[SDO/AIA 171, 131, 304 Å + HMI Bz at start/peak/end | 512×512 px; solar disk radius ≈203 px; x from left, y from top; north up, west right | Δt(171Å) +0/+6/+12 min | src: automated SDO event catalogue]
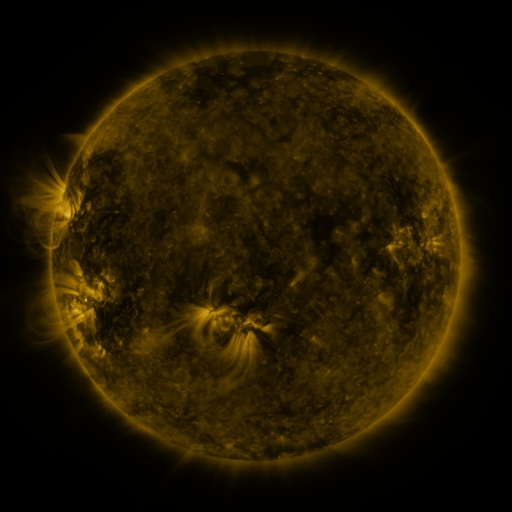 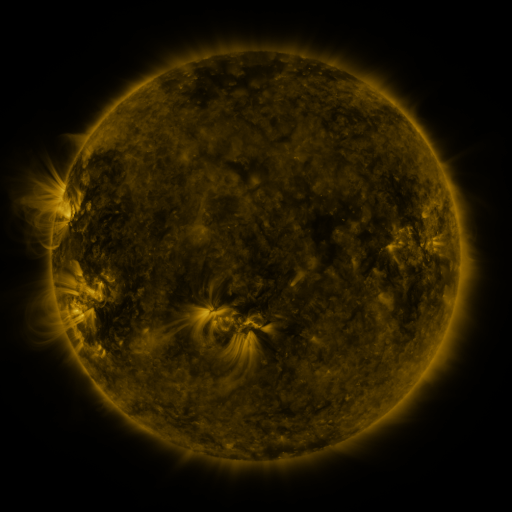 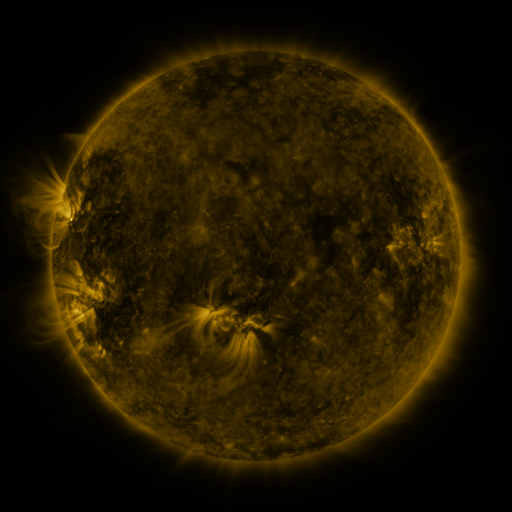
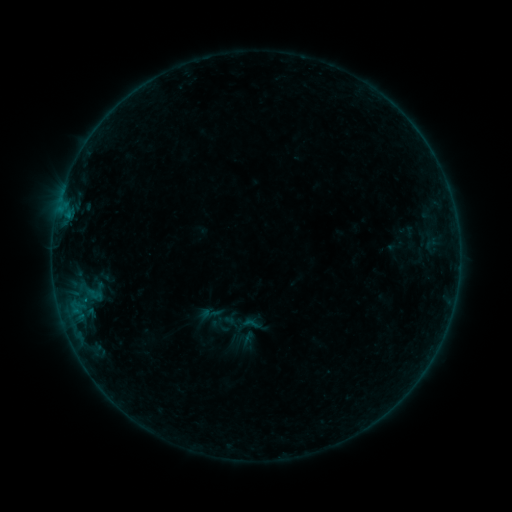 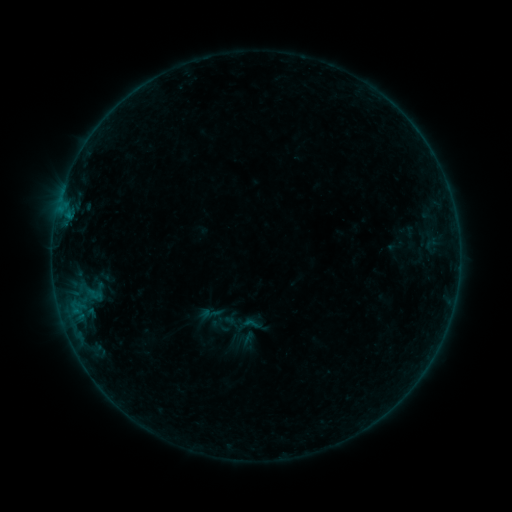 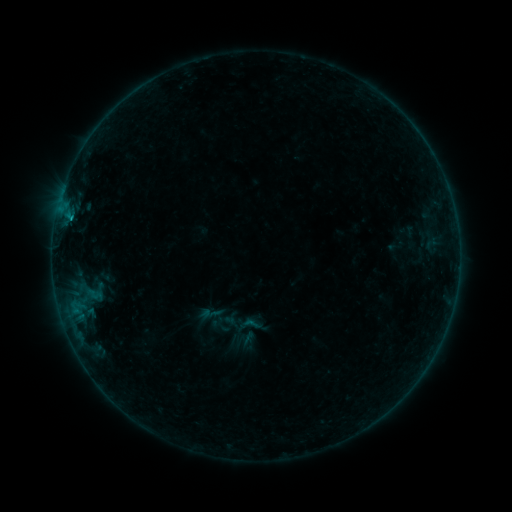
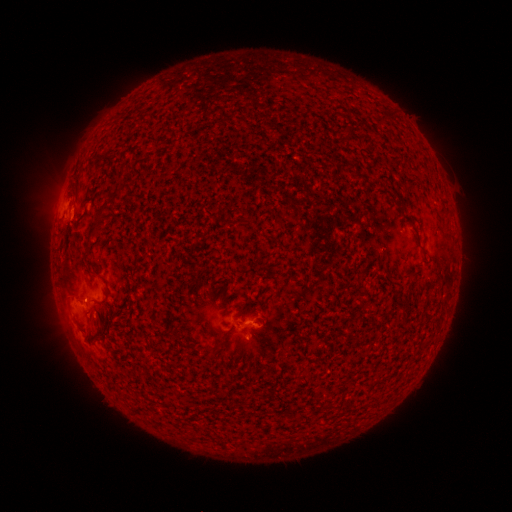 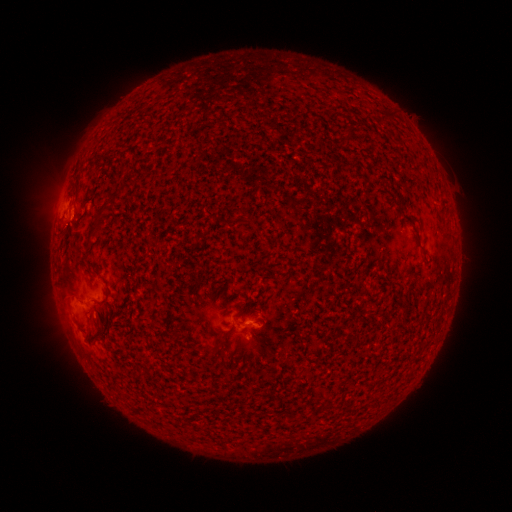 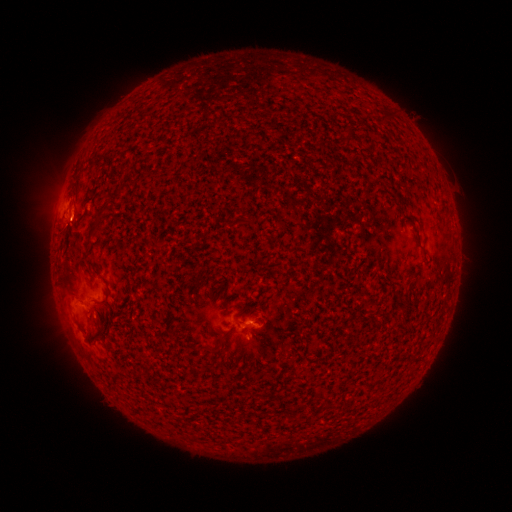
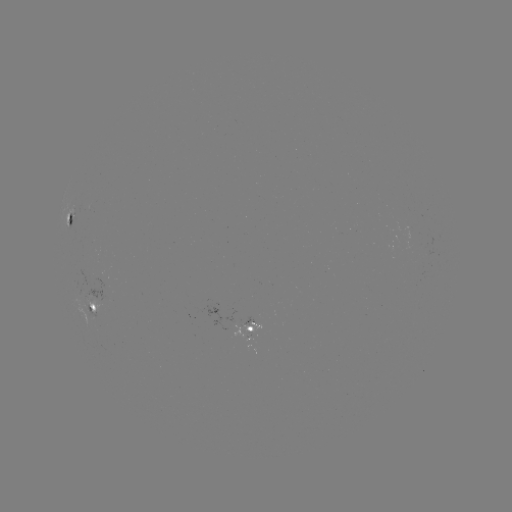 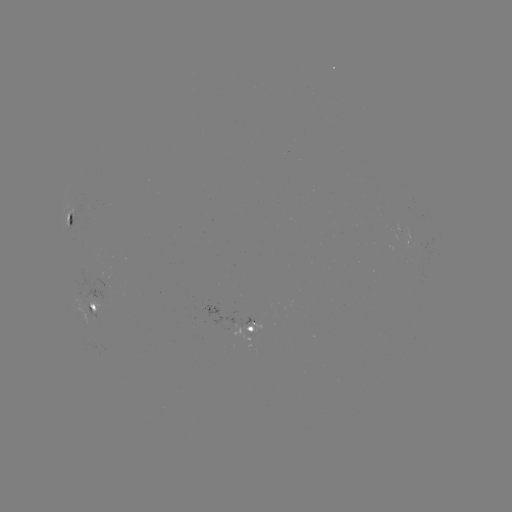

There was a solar flare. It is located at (72, 219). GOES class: B2.7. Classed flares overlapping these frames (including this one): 1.